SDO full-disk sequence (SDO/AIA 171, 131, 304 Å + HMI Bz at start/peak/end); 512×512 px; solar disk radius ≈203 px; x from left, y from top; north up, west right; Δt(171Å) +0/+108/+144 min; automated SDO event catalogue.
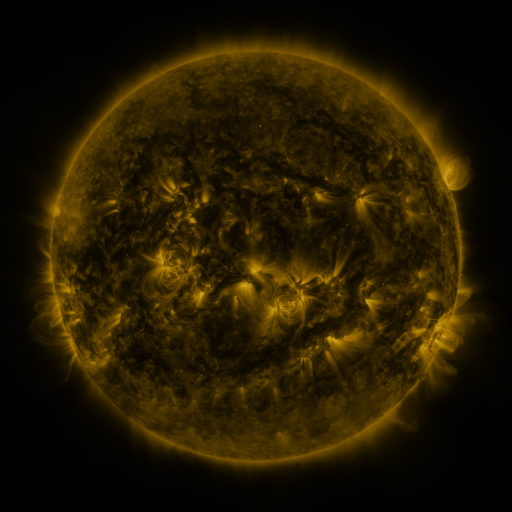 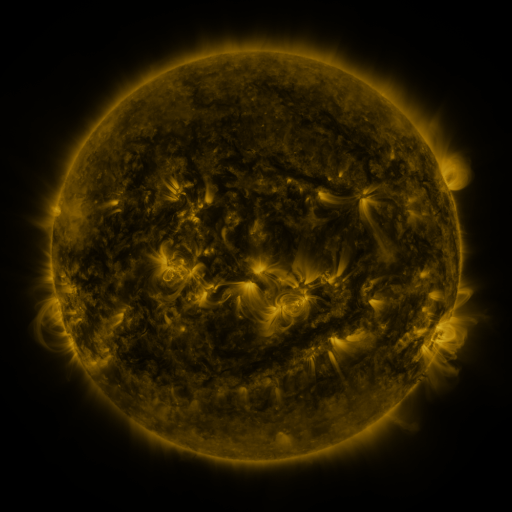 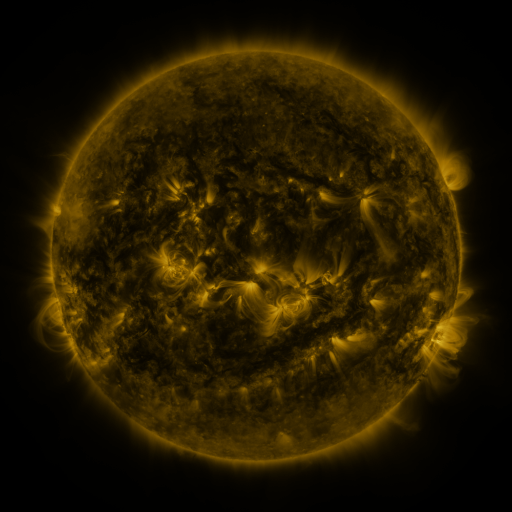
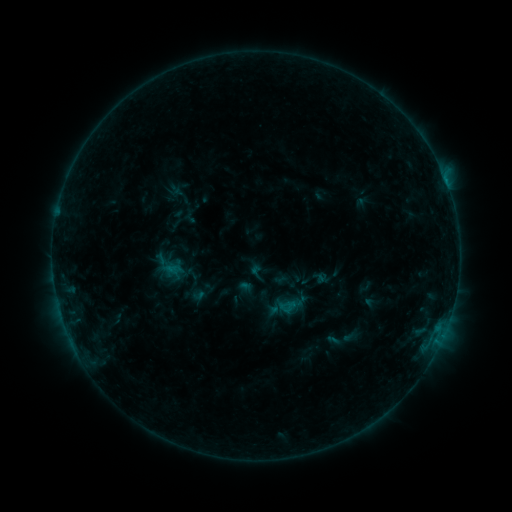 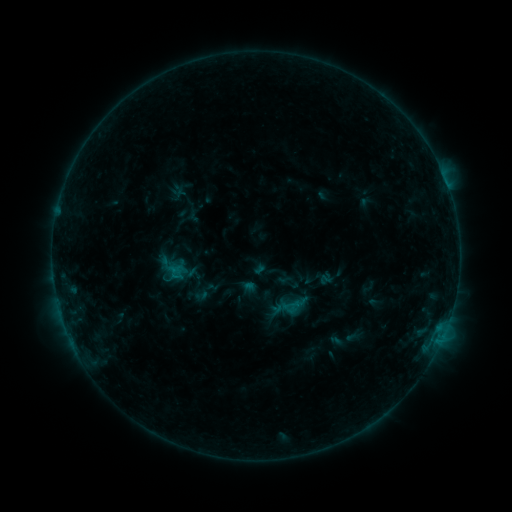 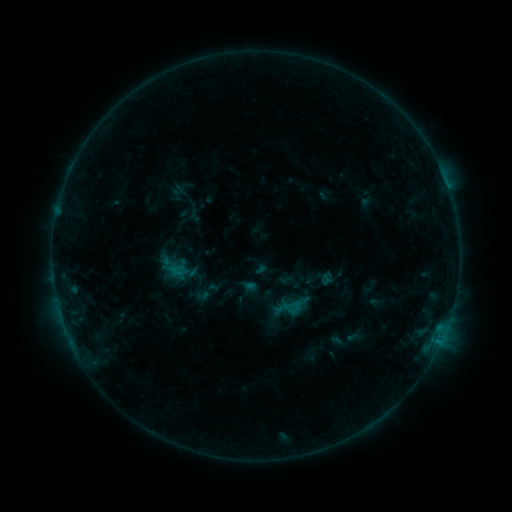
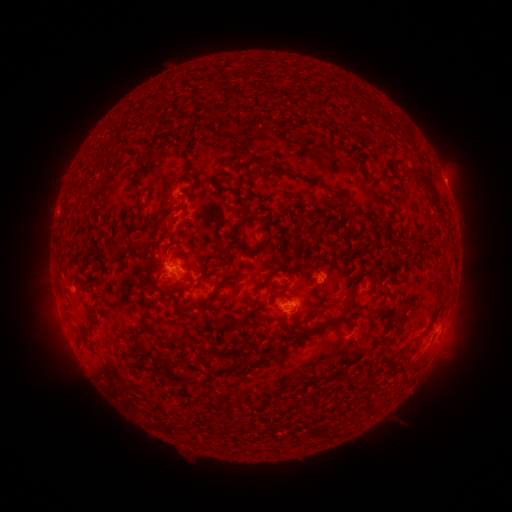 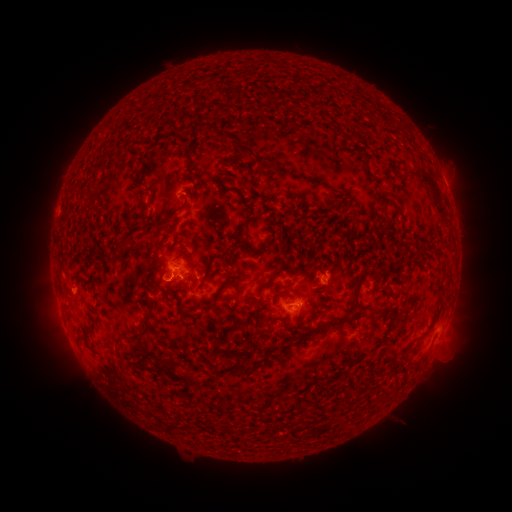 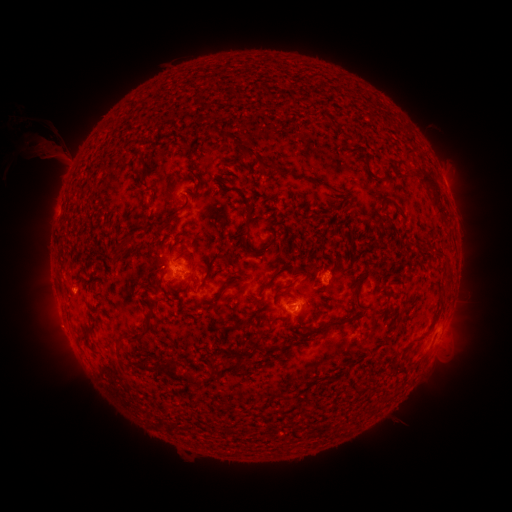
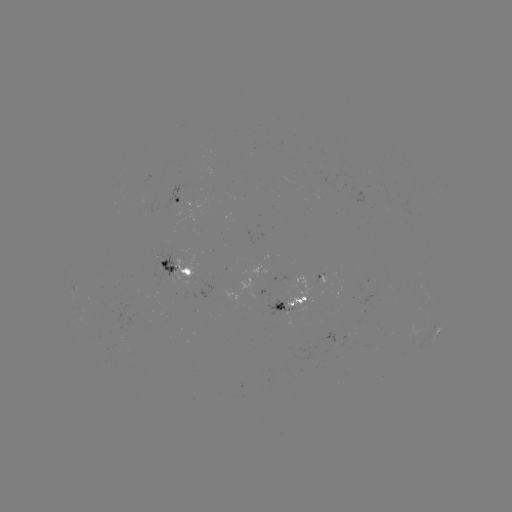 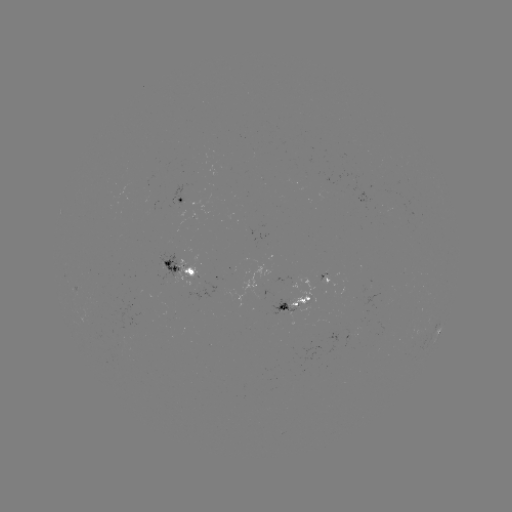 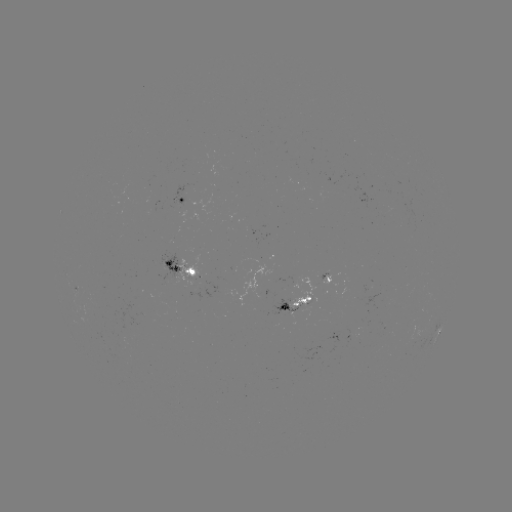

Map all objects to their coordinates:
emerging-flux region: (288, 310)
